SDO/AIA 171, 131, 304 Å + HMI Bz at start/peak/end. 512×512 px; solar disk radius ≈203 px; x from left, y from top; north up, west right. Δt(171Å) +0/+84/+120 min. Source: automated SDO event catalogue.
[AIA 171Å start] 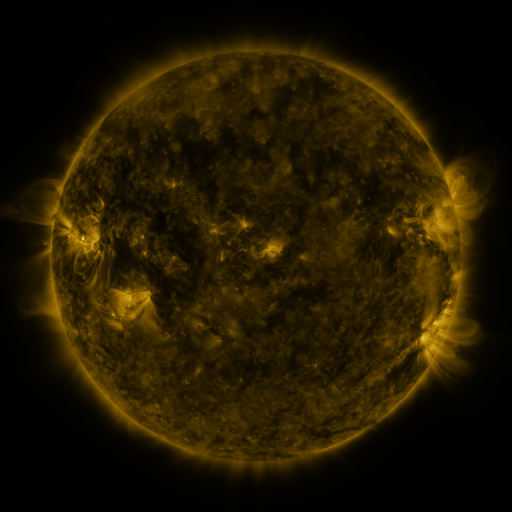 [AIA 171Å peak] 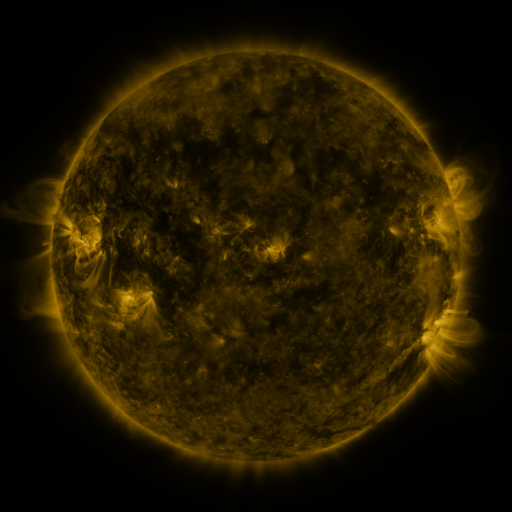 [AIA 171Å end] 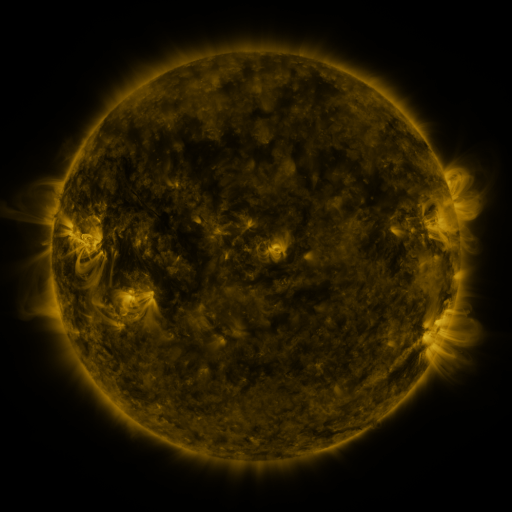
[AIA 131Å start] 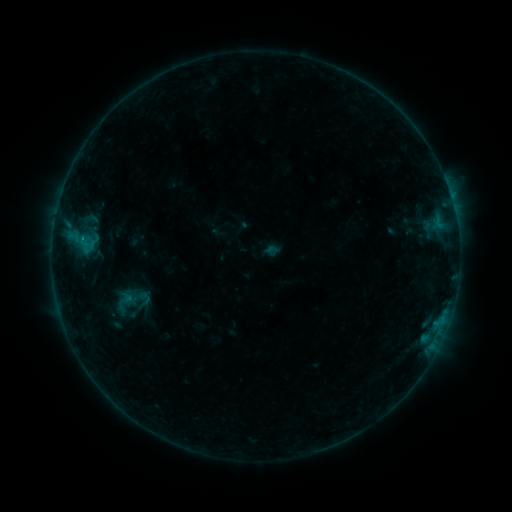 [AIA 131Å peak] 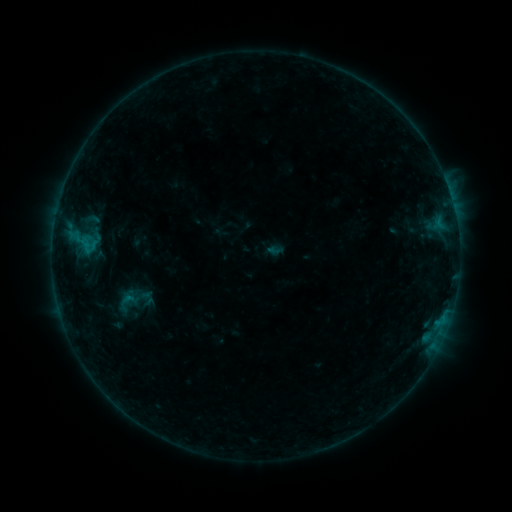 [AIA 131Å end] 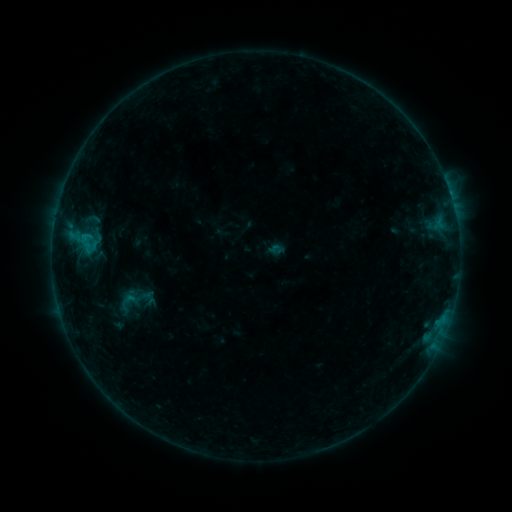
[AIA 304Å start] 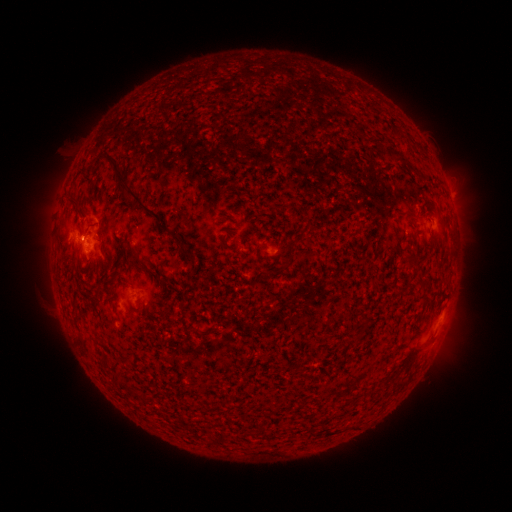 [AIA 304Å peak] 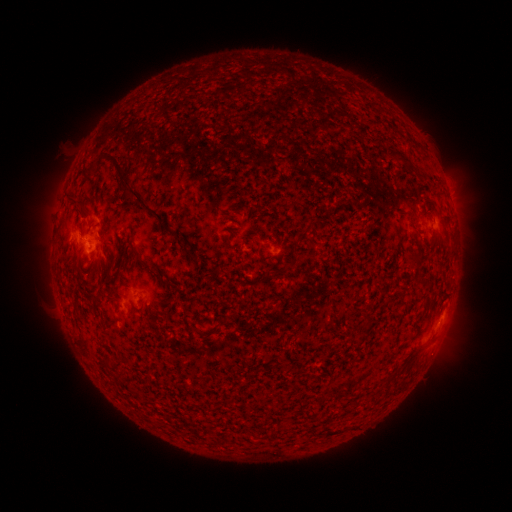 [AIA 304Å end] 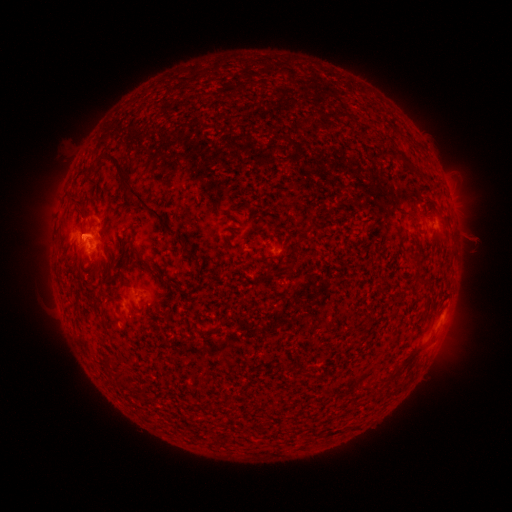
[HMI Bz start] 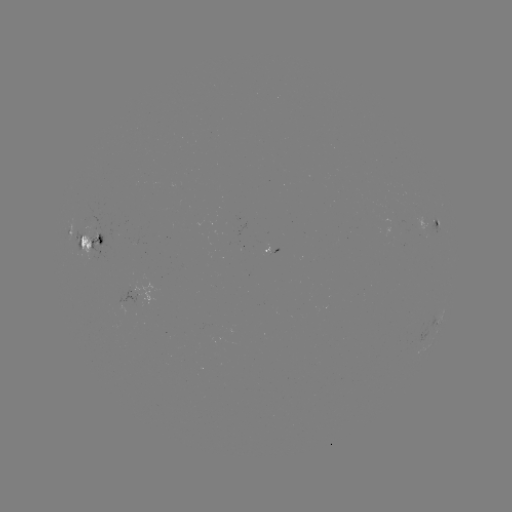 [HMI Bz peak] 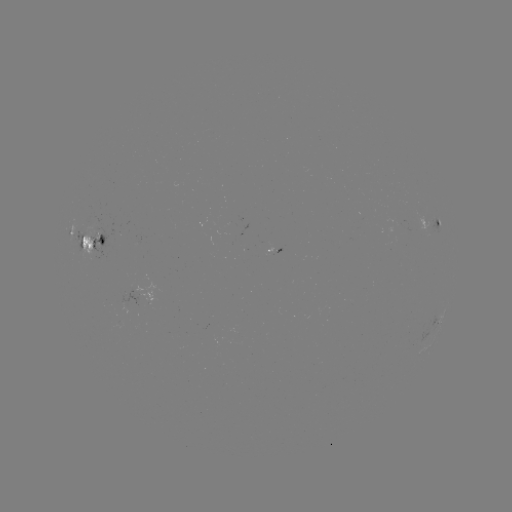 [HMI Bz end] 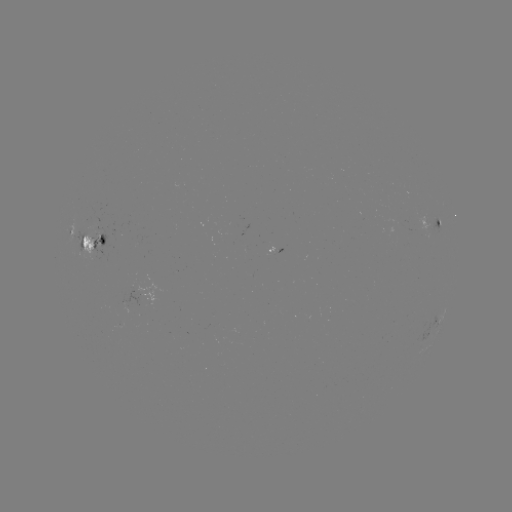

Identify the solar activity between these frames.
emerging-flux region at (271, 252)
